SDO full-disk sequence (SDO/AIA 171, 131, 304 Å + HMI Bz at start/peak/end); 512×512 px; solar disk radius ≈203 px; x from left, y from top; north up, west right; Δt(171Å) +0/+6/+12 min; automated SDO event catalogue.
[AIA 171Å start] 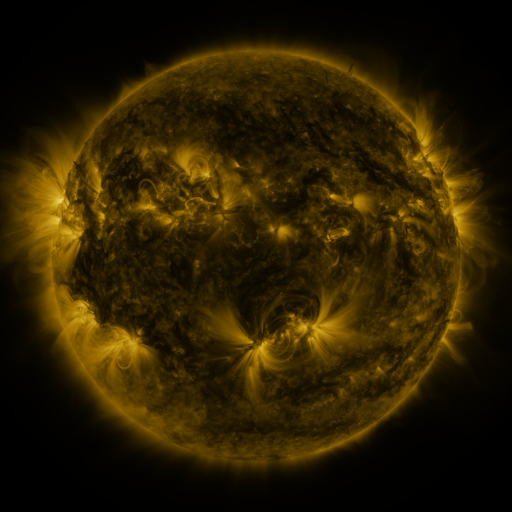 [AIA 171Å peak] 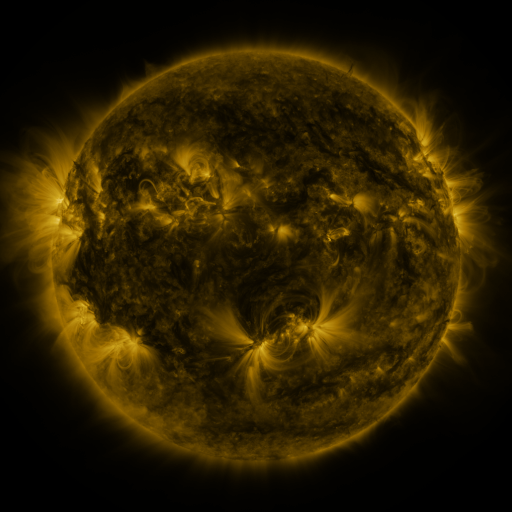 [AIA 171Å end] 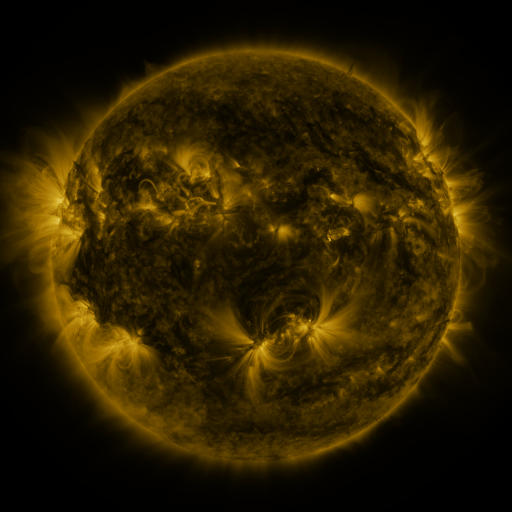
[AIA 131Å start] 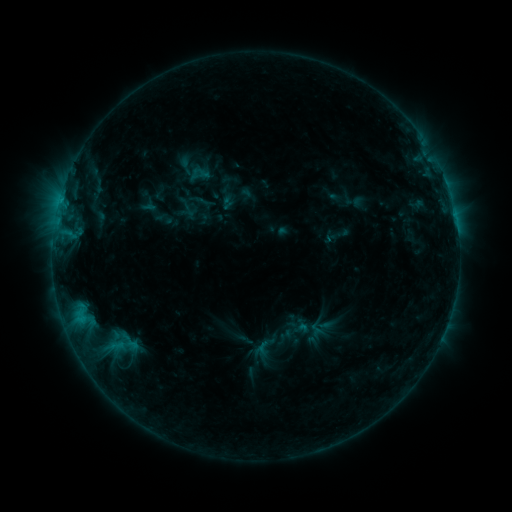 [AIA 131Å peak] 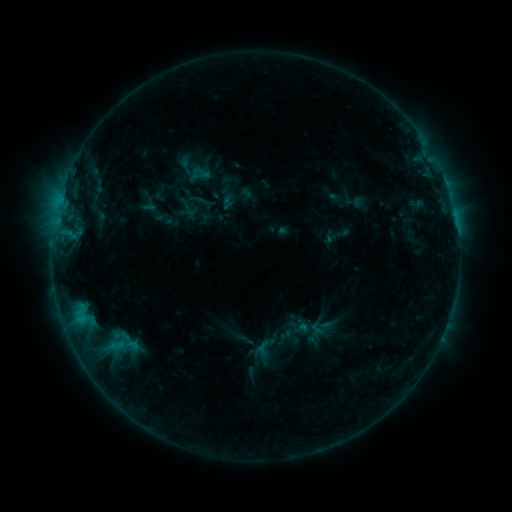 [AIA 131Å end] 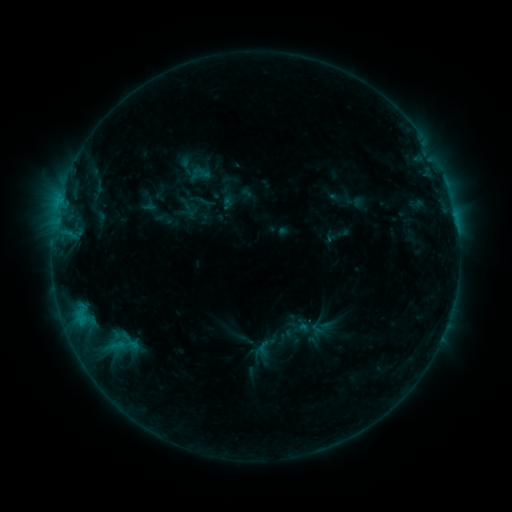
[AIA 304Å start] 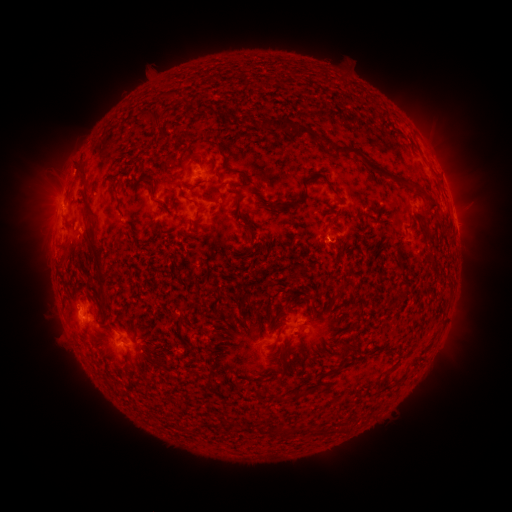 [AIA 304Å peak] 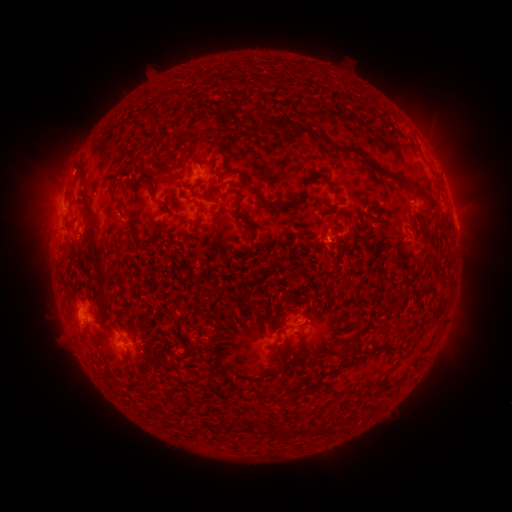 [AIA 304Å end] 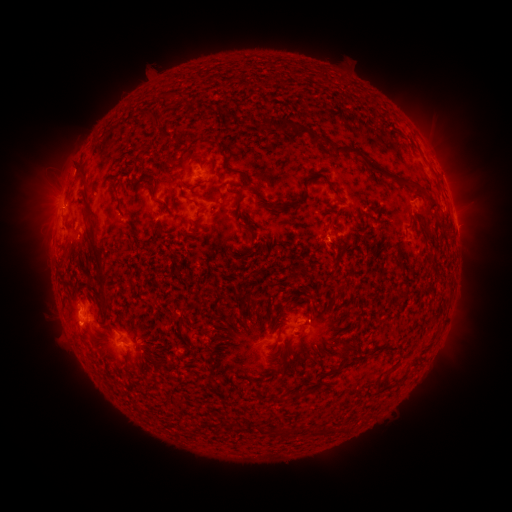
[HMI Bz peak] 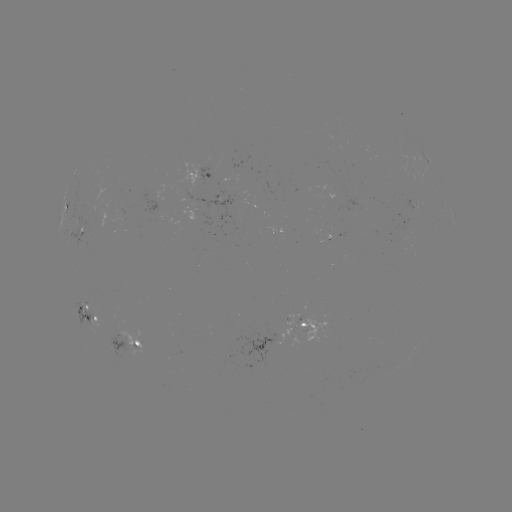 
nothing was catalogued: no classed flare, no EUV trigger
